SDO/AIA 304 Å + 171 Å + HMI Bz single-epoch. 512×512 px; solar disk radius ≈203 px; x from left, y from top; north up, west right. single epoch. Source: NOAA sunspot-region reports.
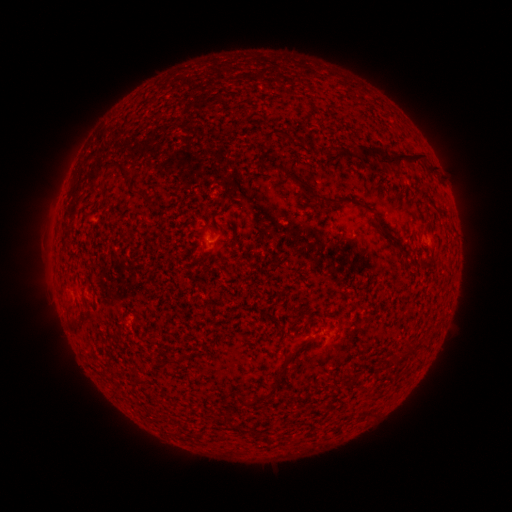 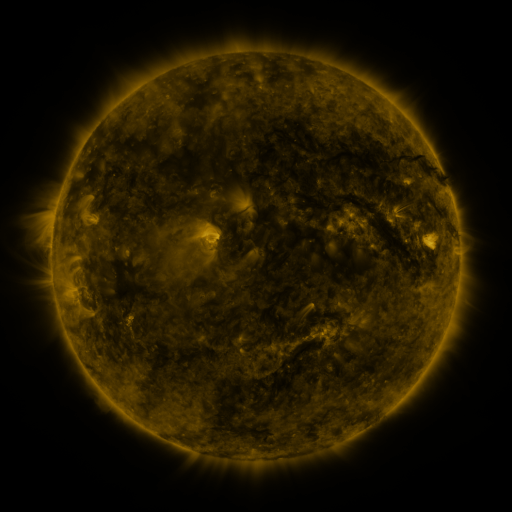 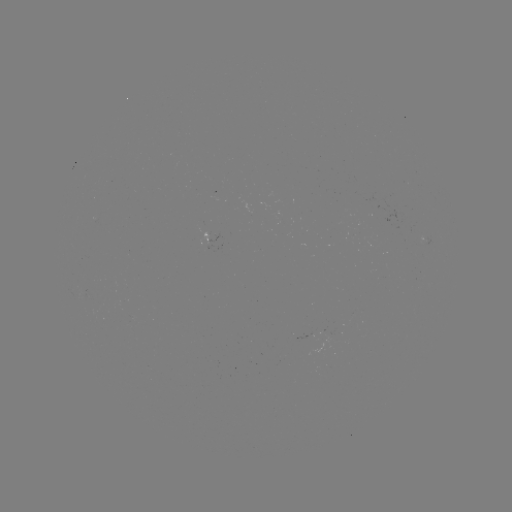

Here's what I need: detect spotted active region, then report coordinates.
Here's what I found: spotted active region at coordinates (210, 240).